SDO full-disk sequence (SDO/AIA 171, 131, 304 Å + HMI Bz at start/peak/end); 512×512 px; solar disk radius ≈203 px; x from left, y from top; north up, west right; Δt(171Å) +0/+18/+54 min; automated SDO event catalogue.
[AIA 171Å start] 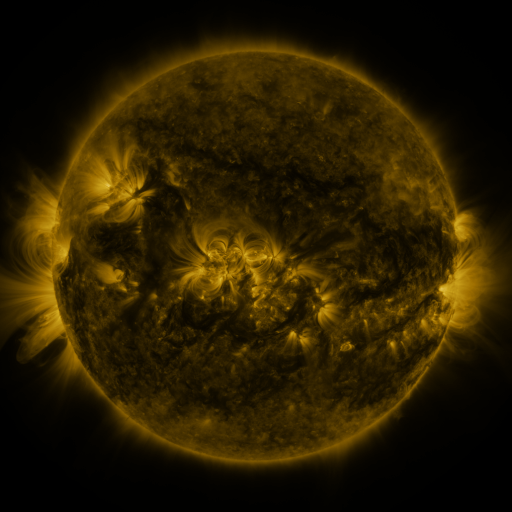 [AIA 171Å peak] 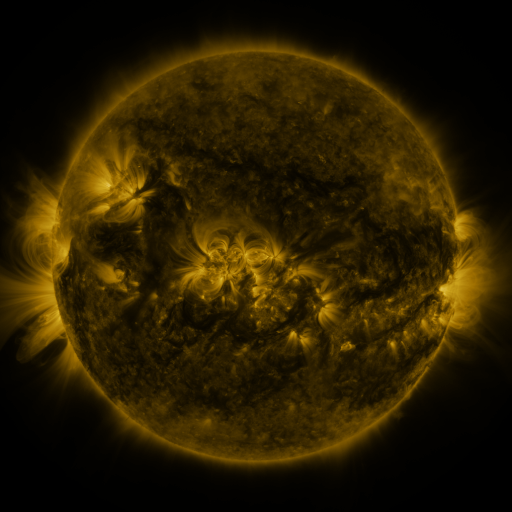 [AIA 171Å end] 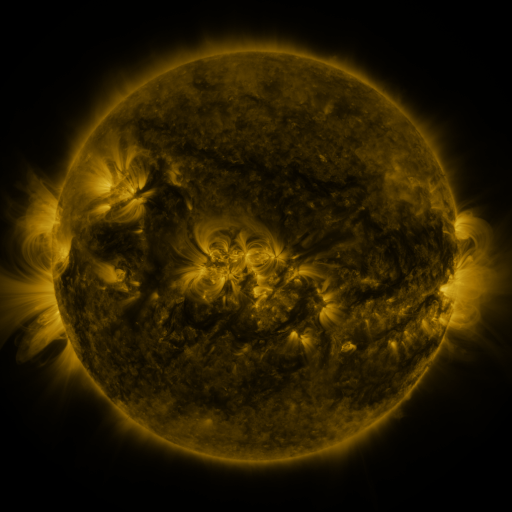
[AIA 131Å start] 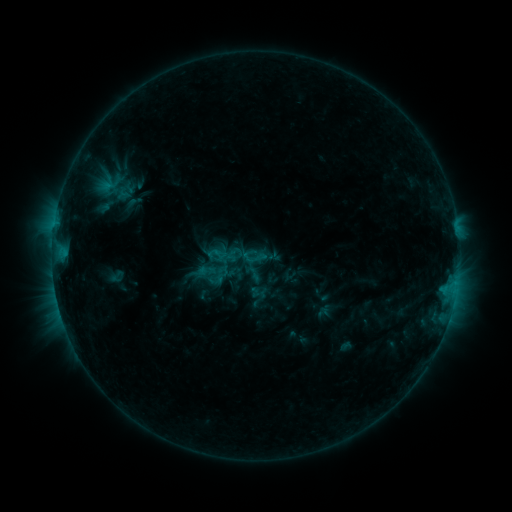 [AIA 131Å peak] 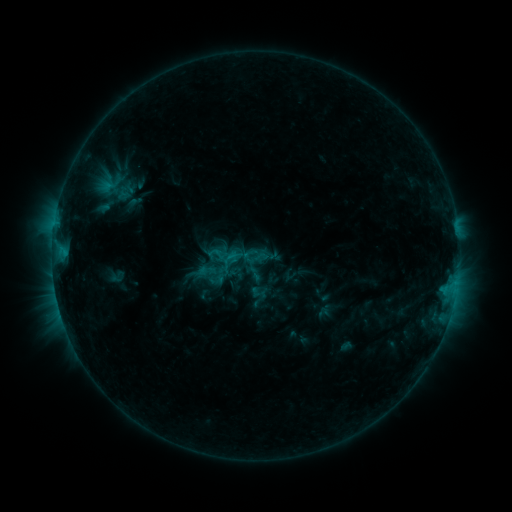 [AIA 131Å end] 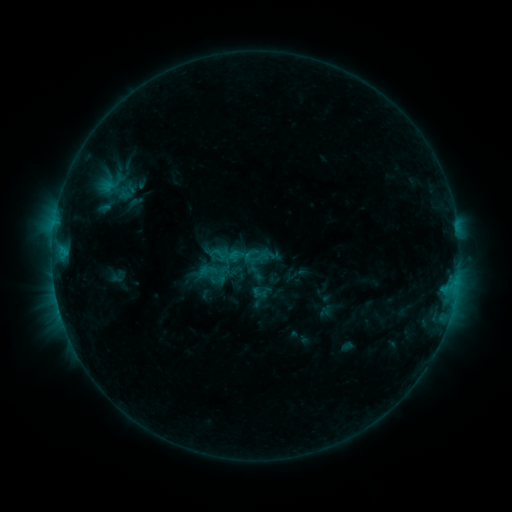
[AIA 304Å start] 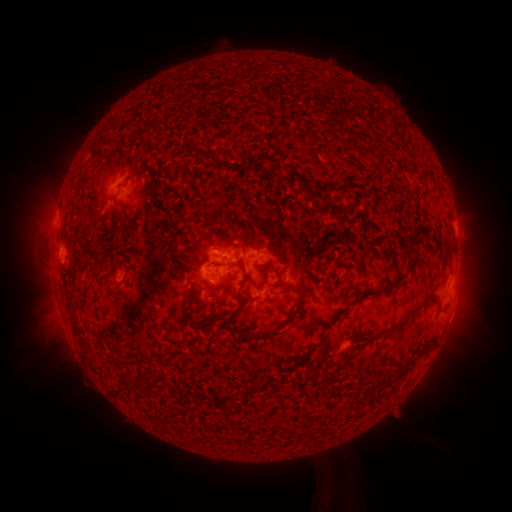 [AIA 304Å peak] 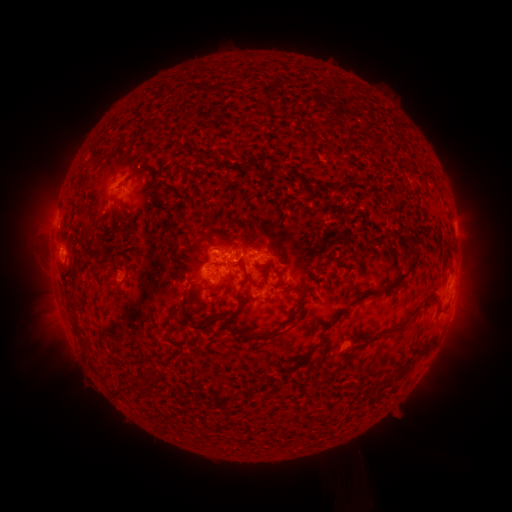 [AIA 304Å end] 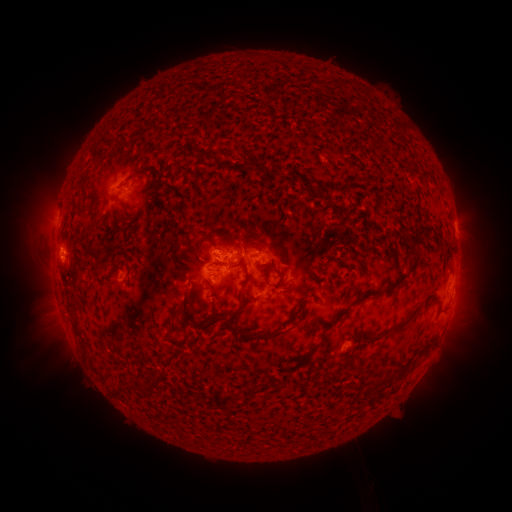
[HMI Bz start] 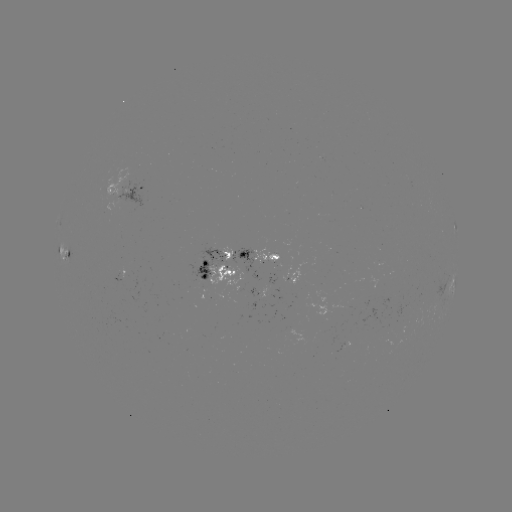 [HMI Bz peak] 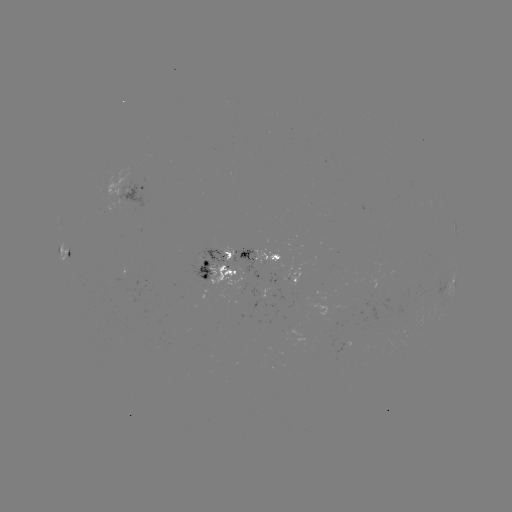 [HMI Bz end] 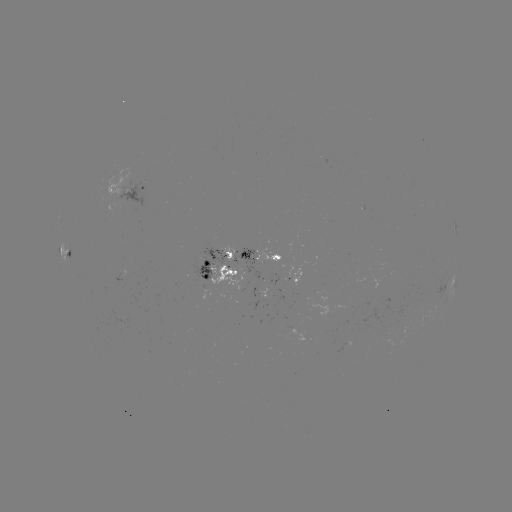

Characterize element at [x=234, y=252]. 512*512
C1.1 flare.